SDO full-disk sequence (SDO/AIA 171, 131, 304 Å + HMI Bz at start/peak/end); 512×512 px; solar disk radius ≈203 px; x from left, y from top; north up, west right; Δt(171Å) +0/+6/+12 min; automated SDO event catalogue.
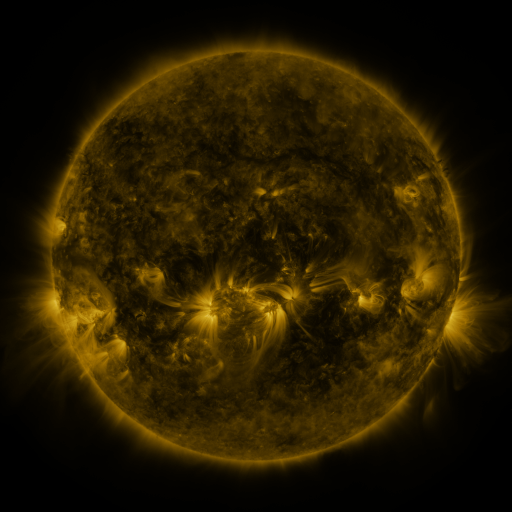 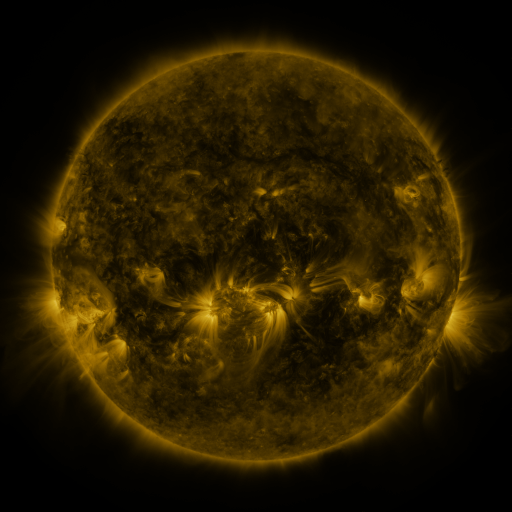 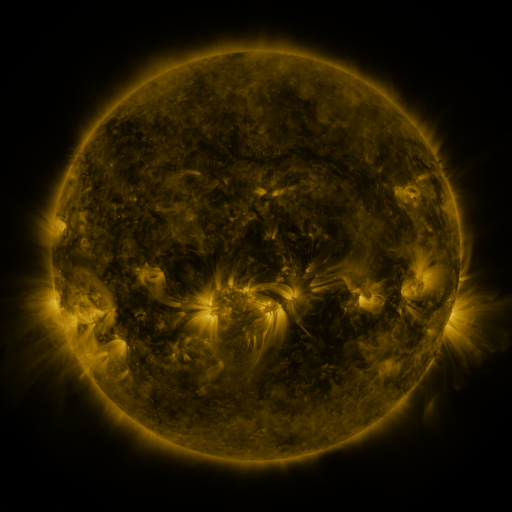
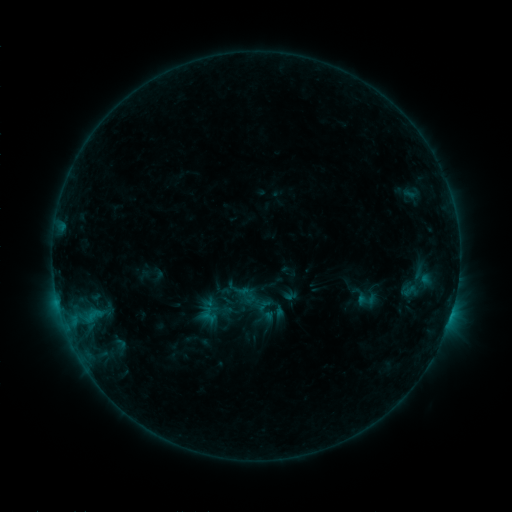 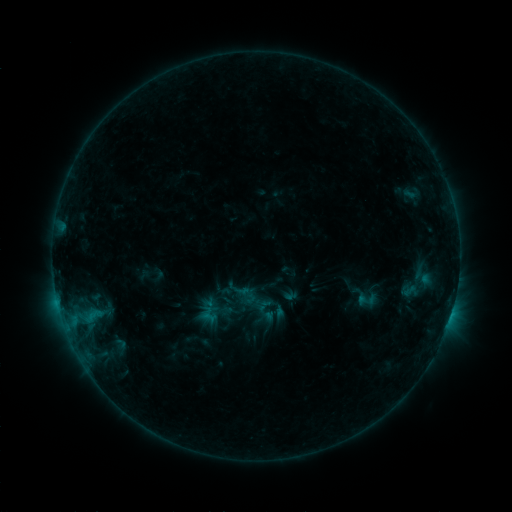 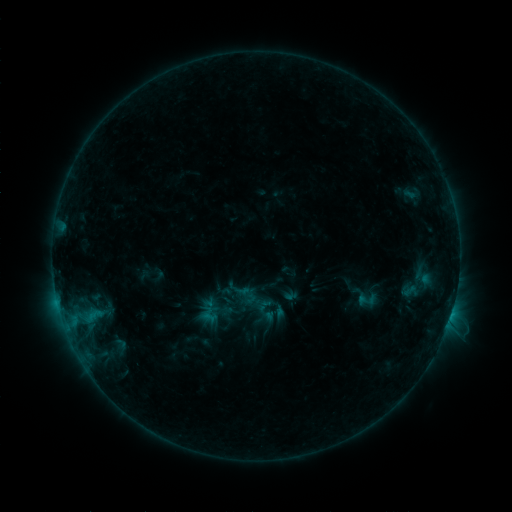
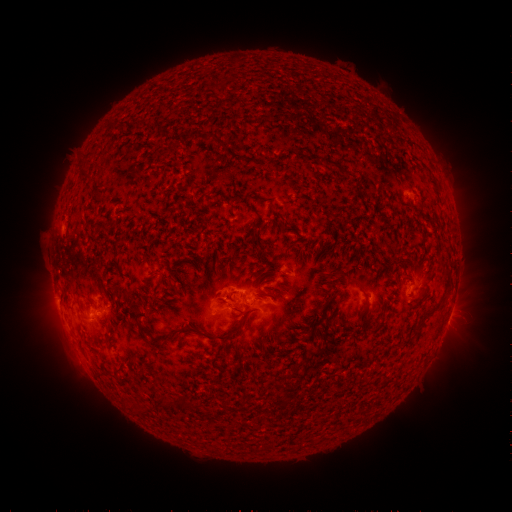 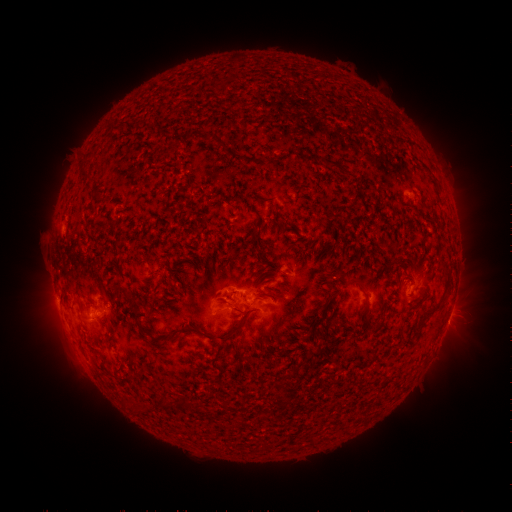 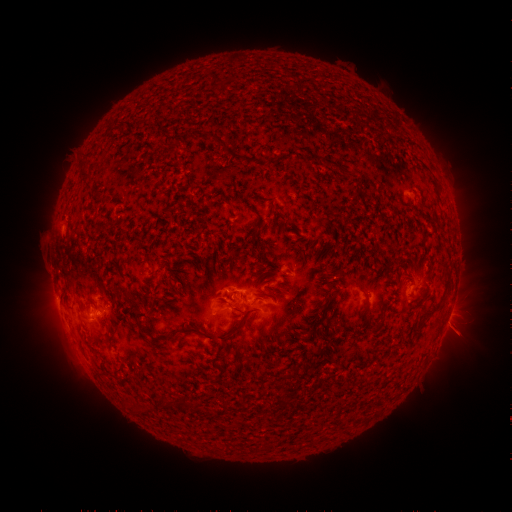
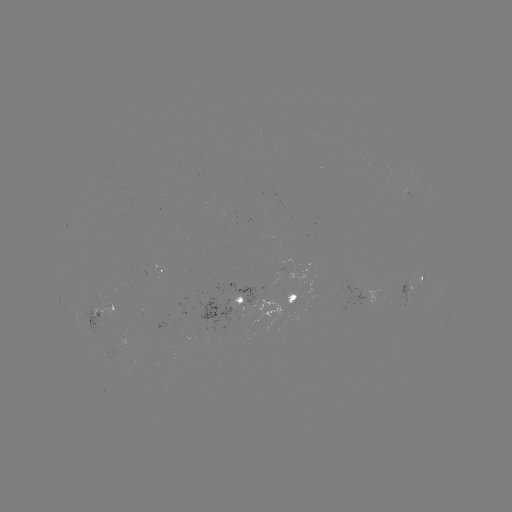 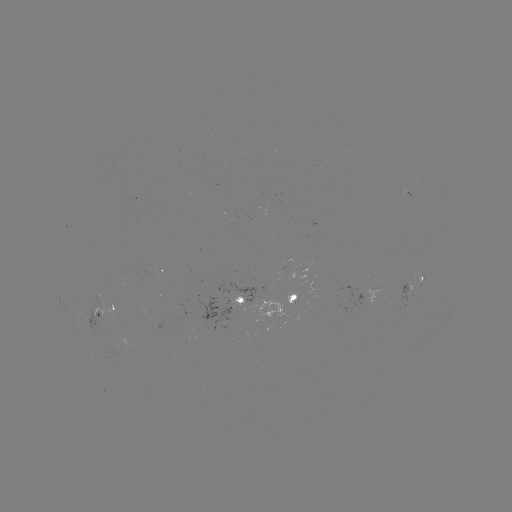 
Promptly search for B7.6 flare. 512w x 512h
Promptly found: [449, 318].